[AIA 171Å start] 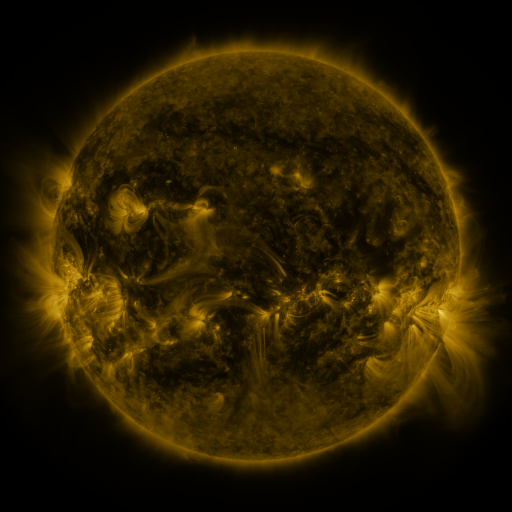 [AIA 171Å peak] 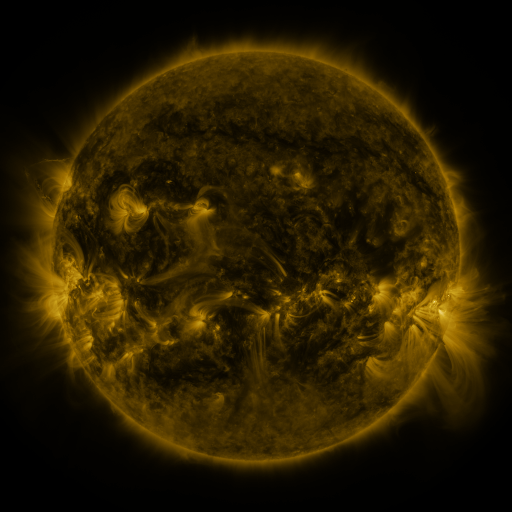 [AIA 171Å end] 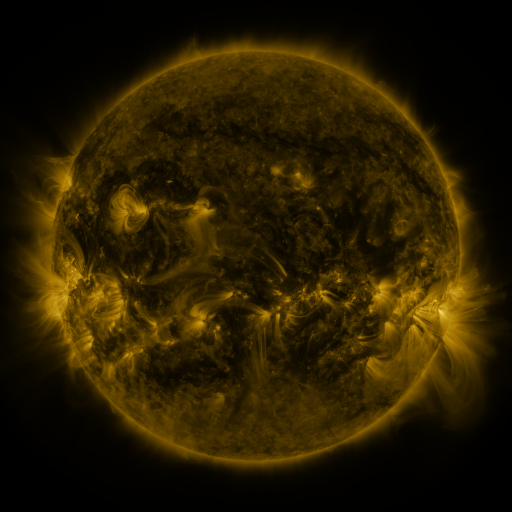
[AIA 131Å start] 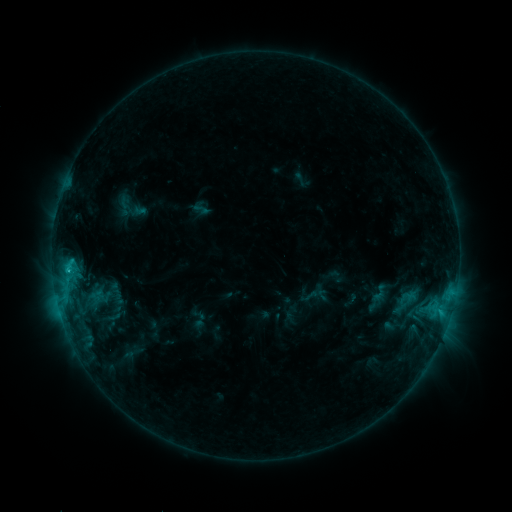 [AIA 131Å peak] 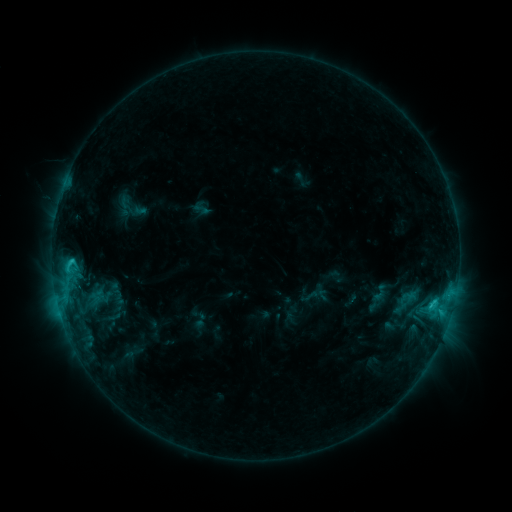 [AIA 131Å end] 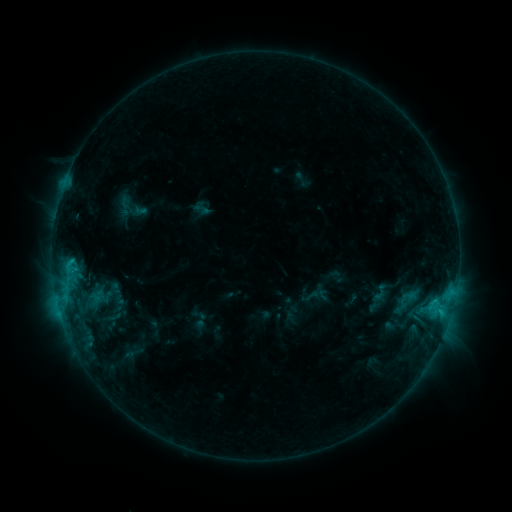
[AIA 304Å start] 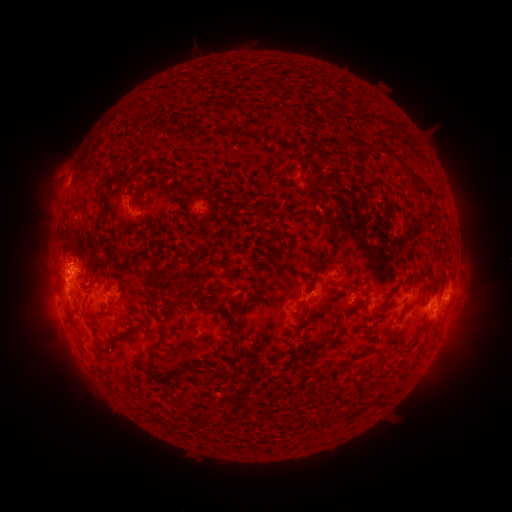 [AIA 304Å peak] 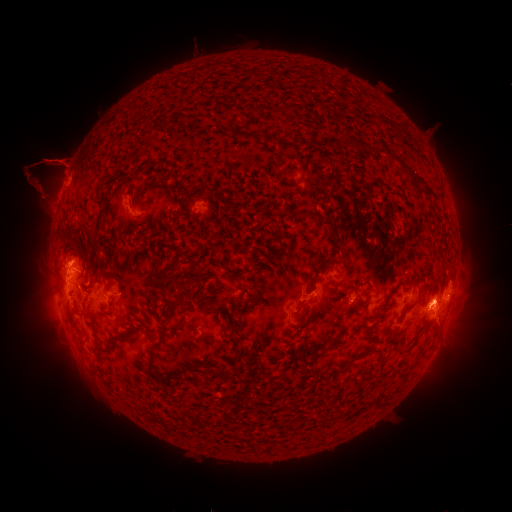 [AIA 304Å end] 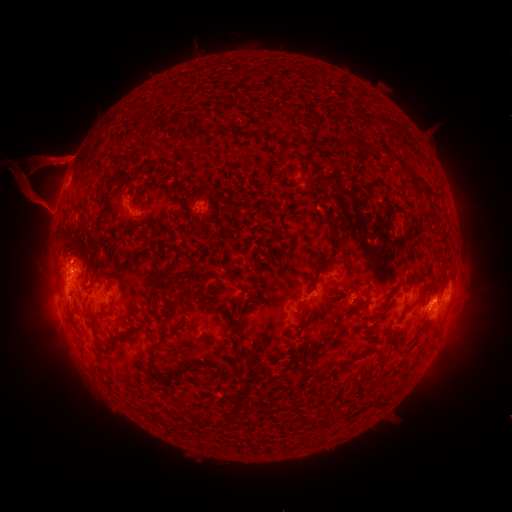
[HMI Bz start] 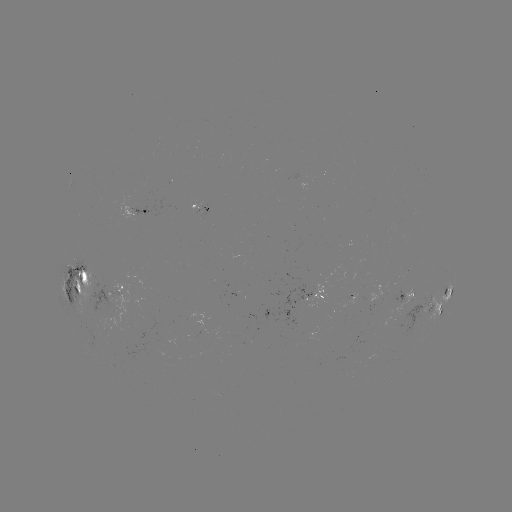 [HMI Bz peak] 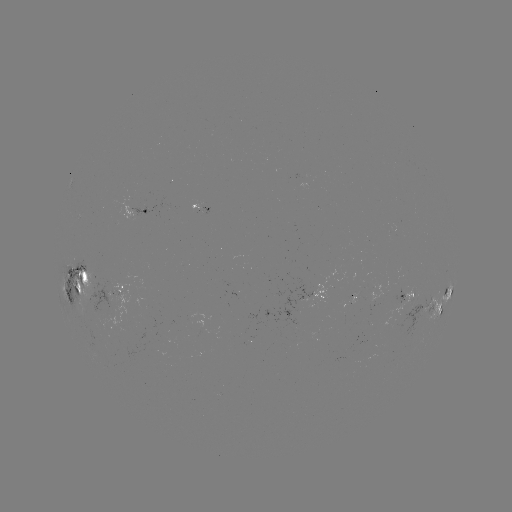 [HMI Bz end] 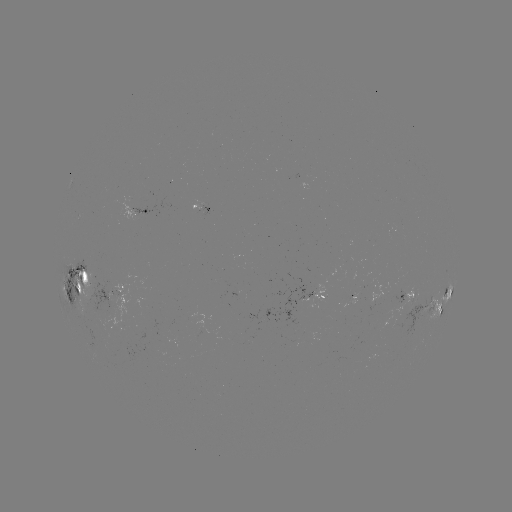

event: eruption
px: (52, 178)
